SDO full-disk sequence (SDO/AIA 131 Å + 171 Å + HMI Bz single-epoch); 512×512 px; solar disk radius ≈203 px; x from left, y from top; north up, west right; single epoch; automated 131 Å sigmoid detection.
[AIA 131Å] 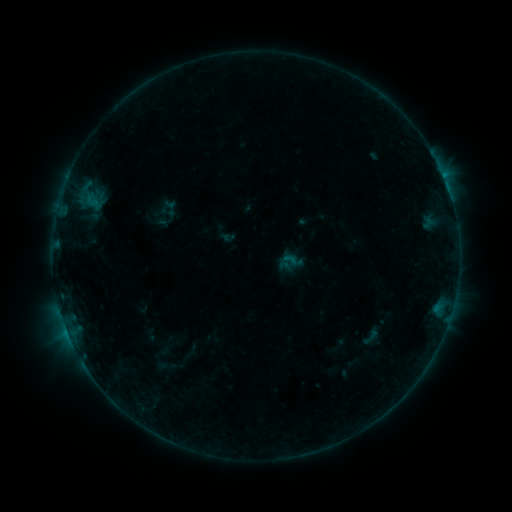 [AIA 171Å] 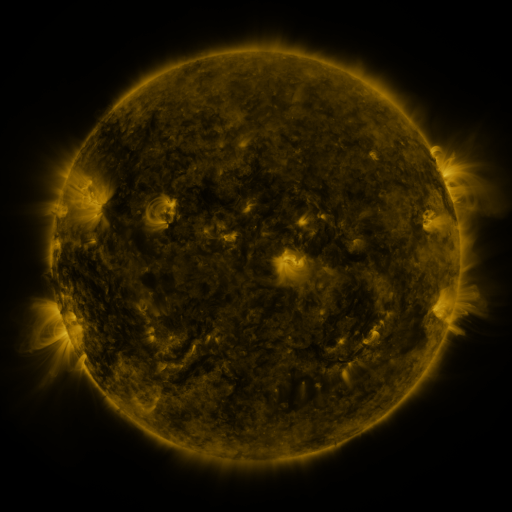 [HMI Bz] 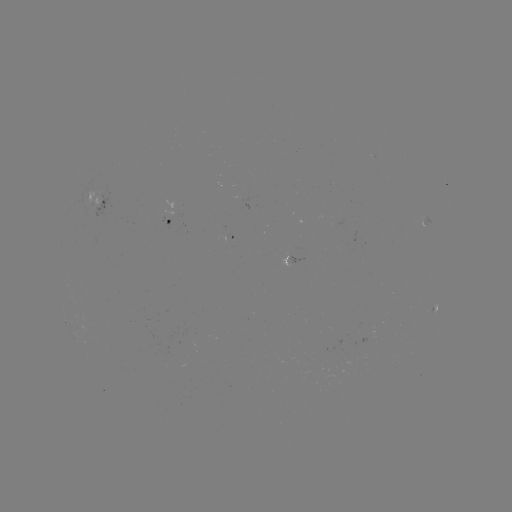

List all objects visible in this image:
sigmoid: (169, 209)
sigmoid: (371, 337)
